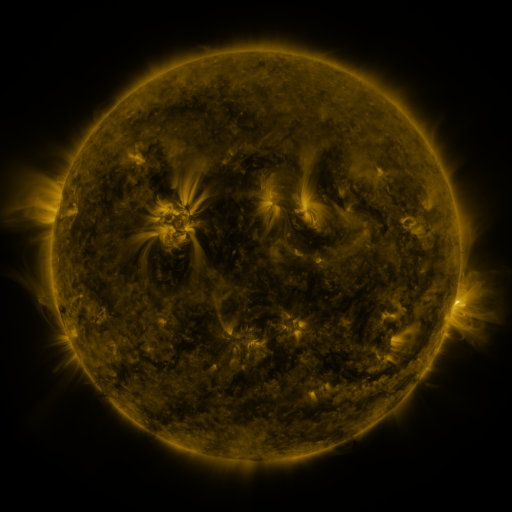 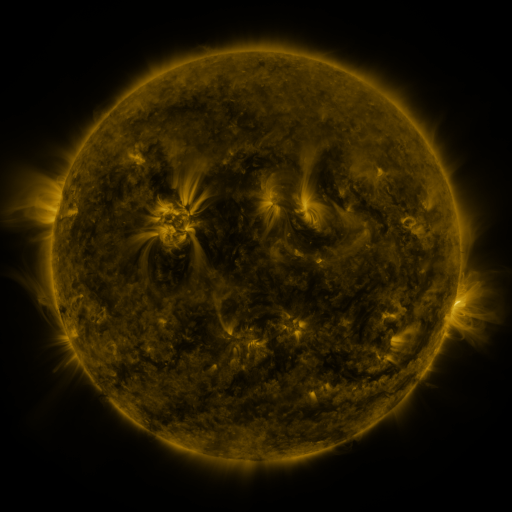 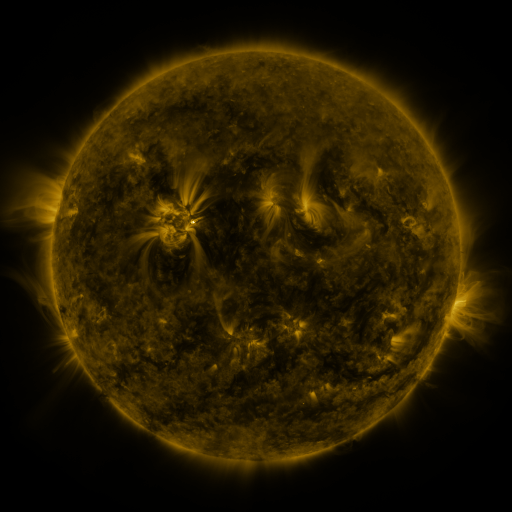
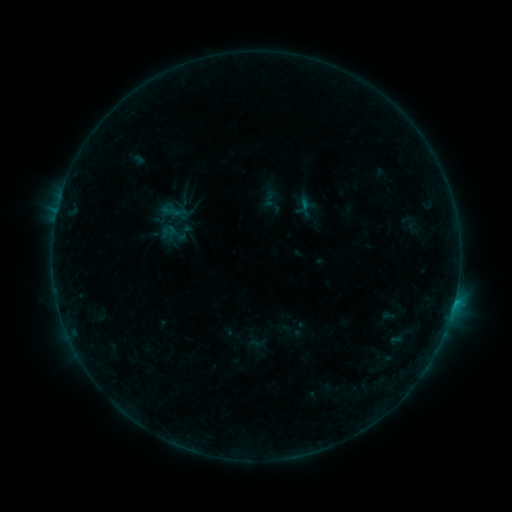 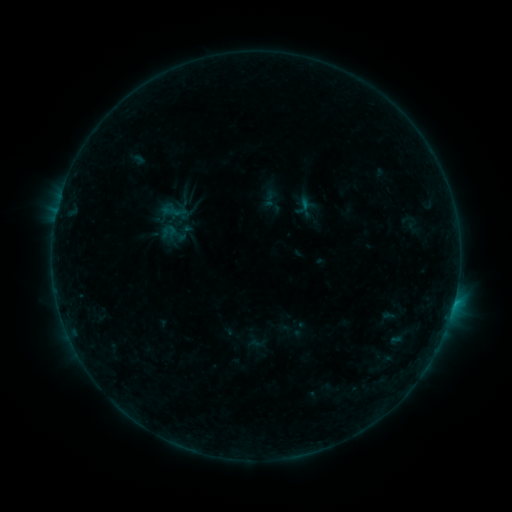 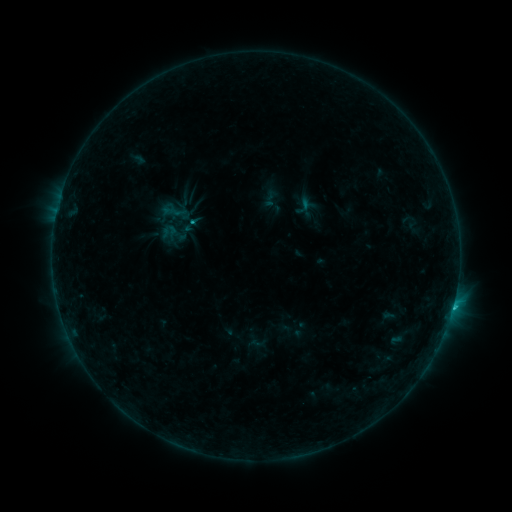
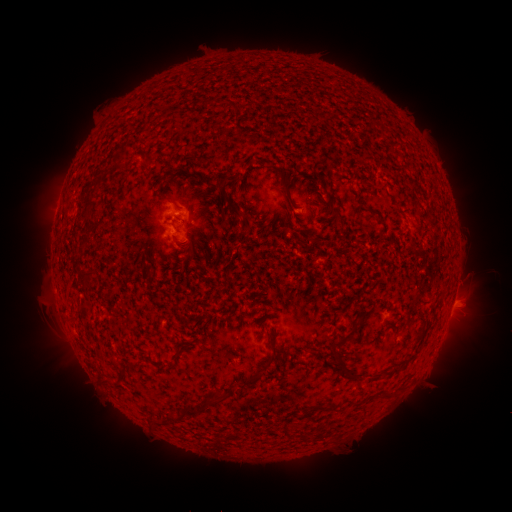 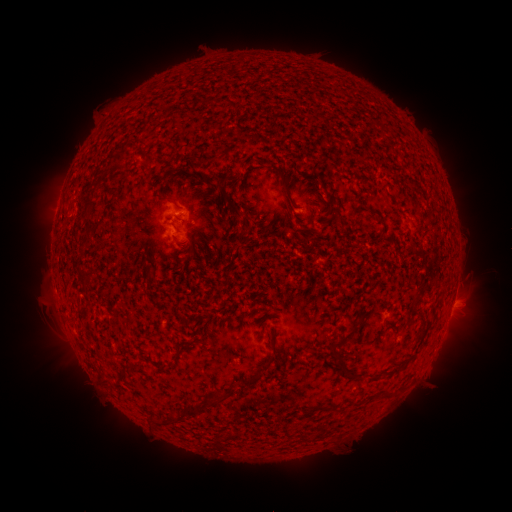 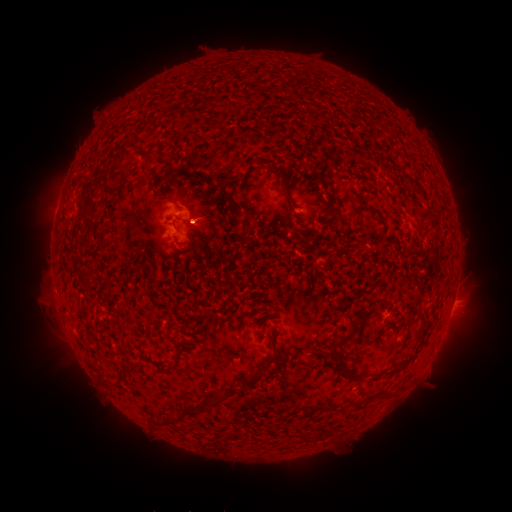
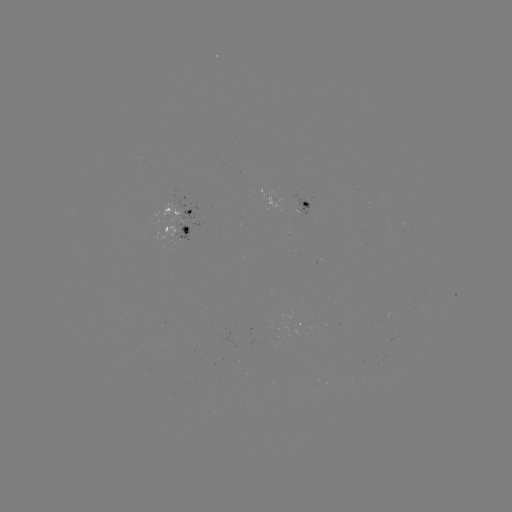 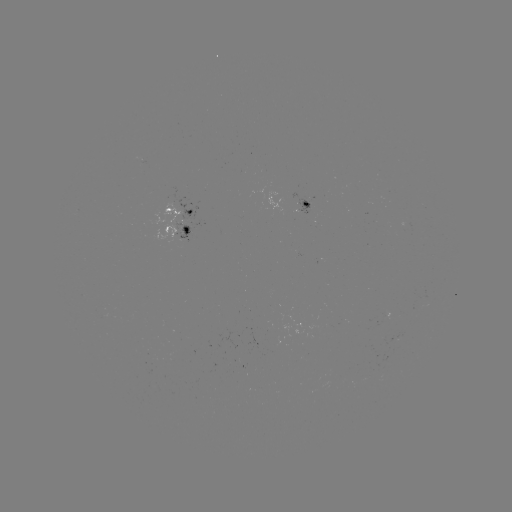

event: flare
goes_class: B8.0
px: (453, 301)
